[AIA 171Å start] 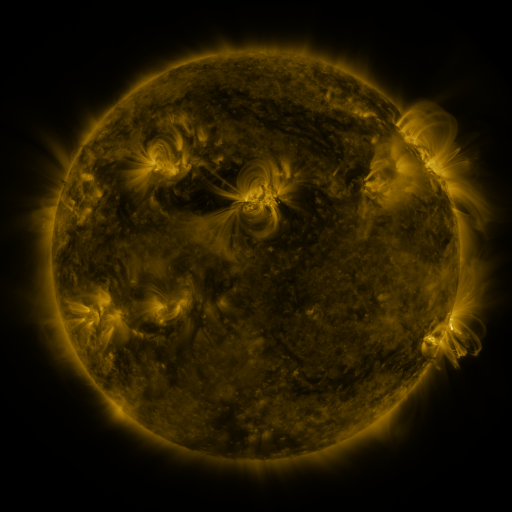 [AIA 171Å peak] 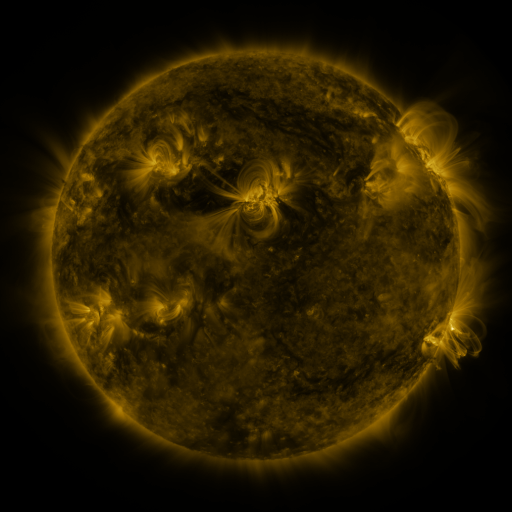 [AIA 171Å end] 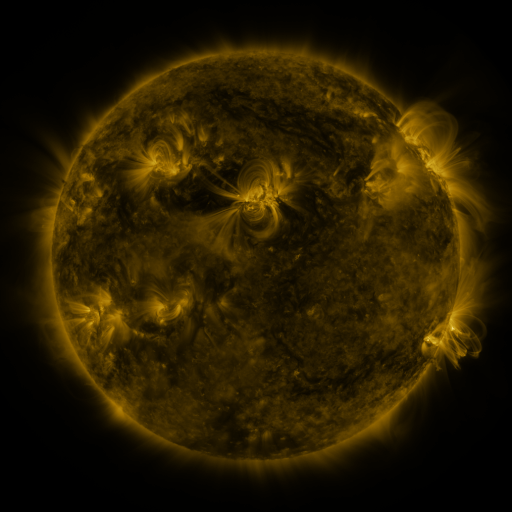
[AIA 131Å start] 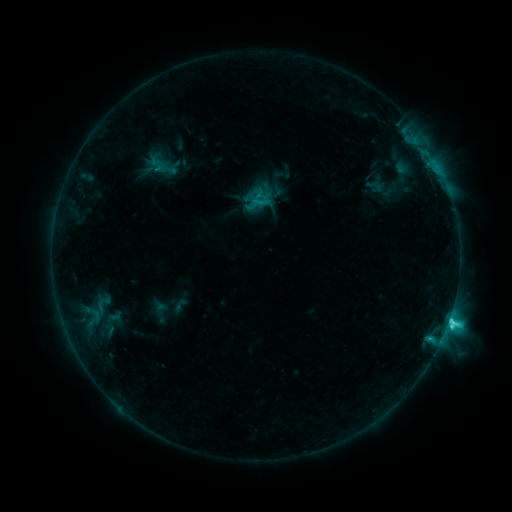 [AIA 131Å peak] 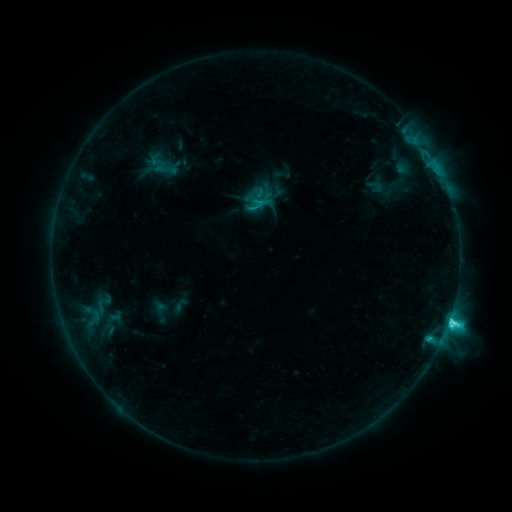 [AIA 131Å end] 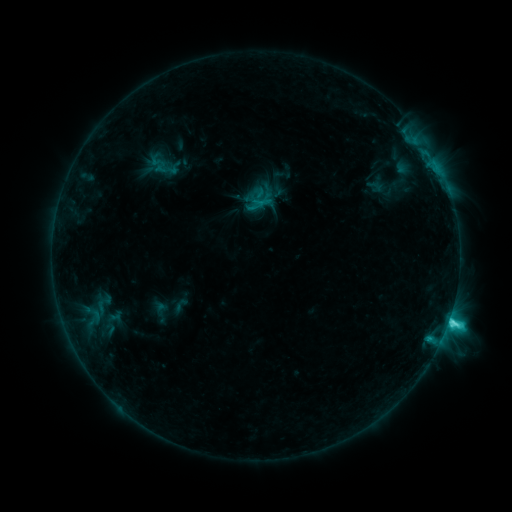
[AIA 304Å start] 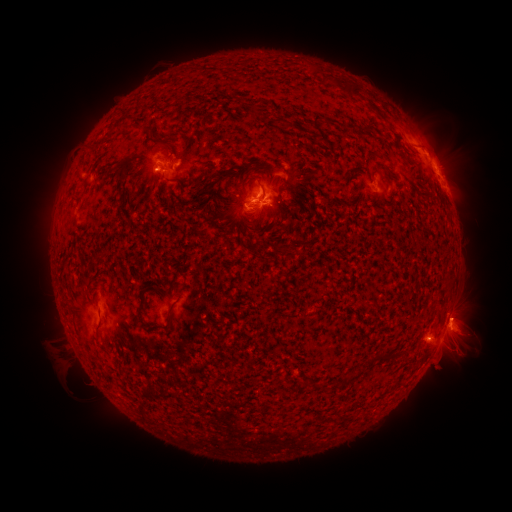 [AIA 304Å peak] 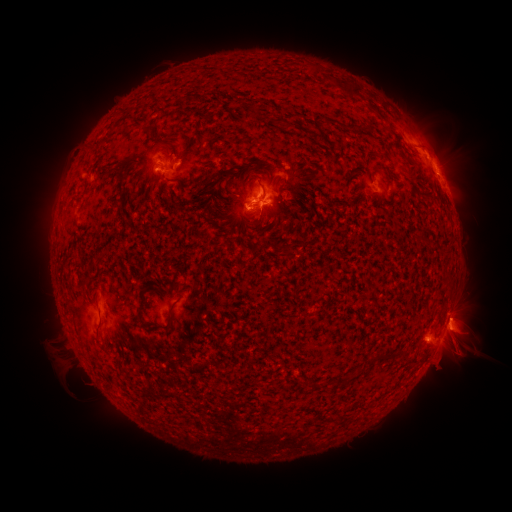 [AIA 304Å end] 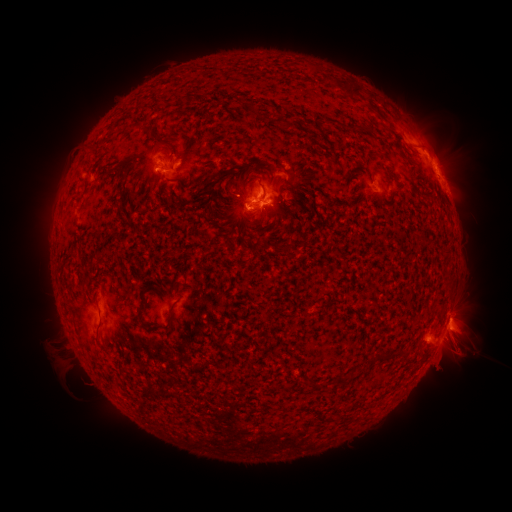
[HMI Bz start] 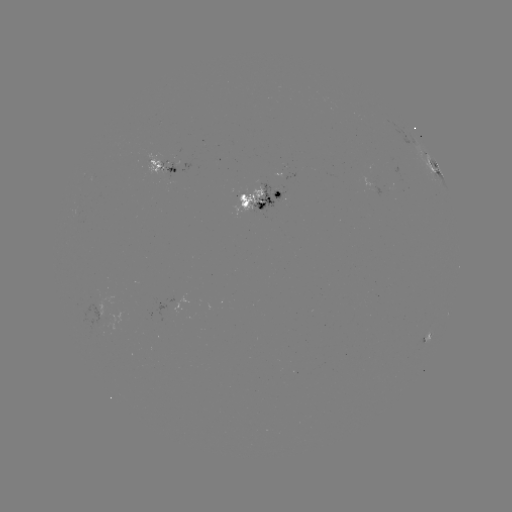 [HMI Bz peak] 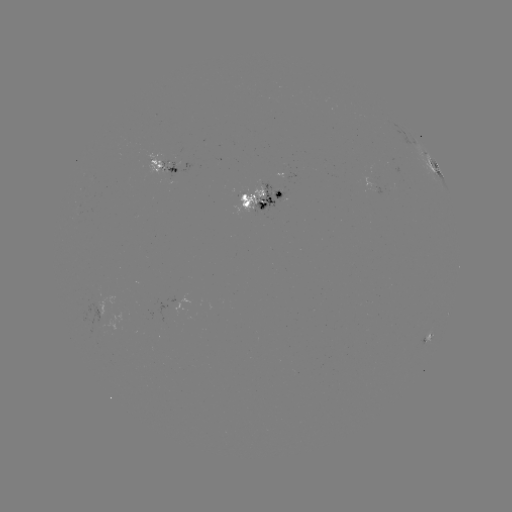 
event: eruption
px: (463, 339)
